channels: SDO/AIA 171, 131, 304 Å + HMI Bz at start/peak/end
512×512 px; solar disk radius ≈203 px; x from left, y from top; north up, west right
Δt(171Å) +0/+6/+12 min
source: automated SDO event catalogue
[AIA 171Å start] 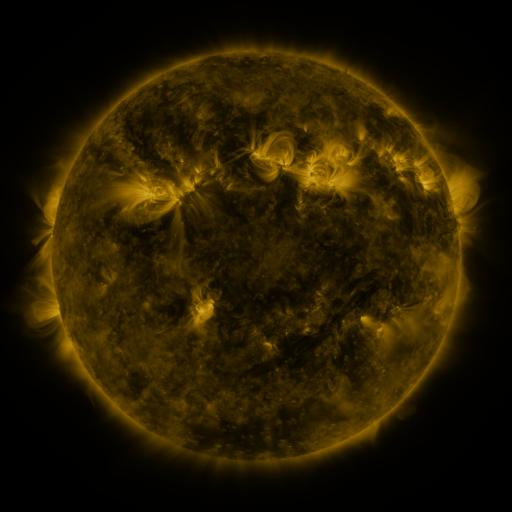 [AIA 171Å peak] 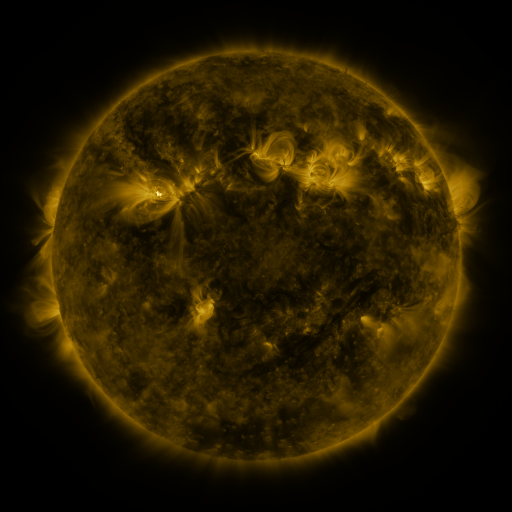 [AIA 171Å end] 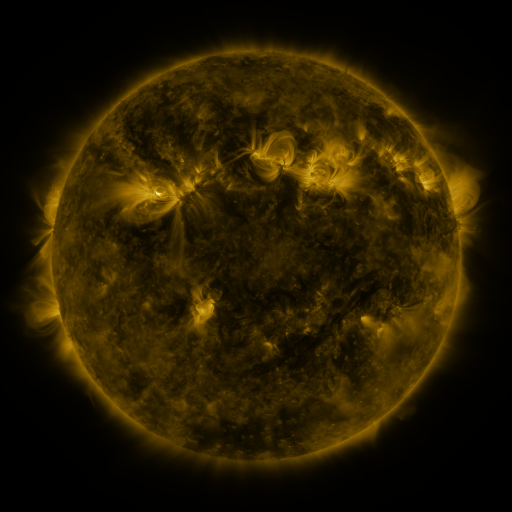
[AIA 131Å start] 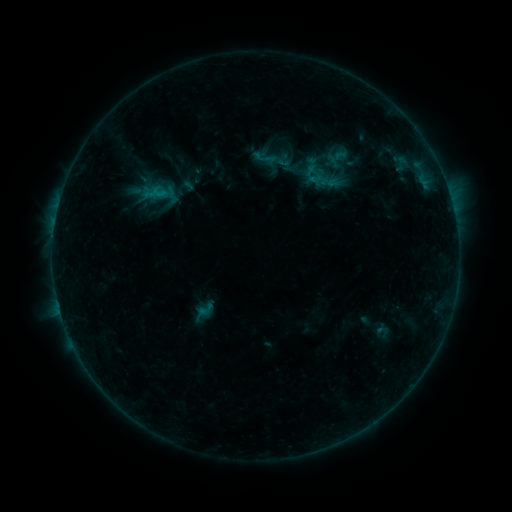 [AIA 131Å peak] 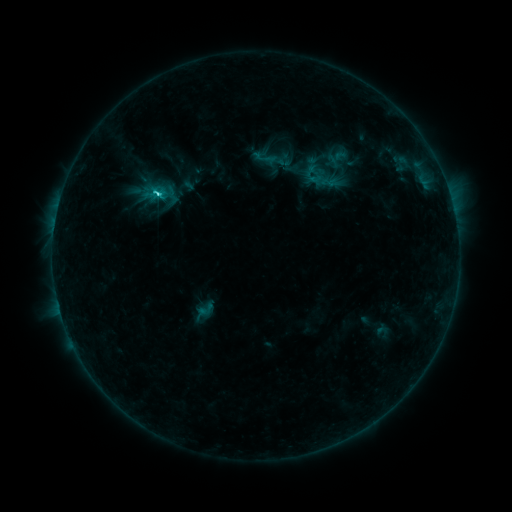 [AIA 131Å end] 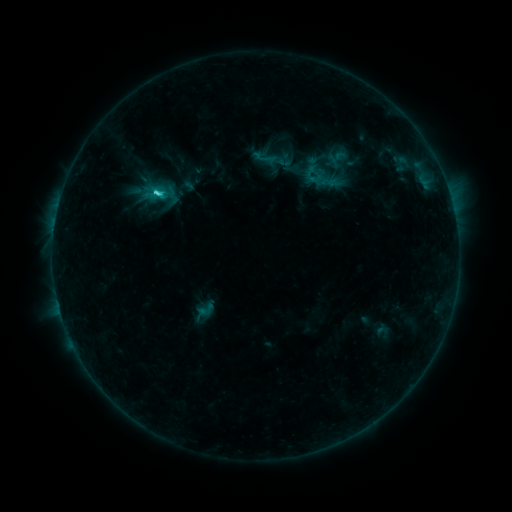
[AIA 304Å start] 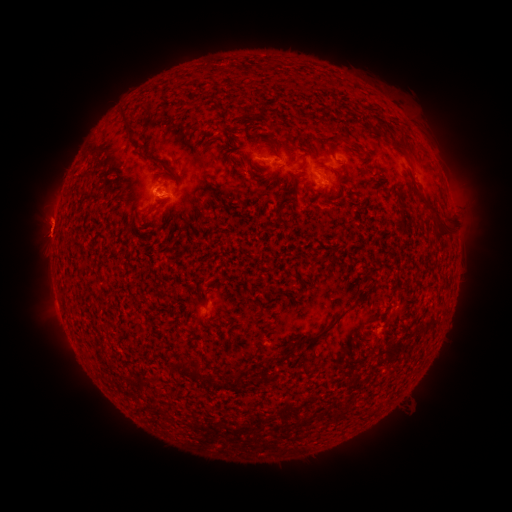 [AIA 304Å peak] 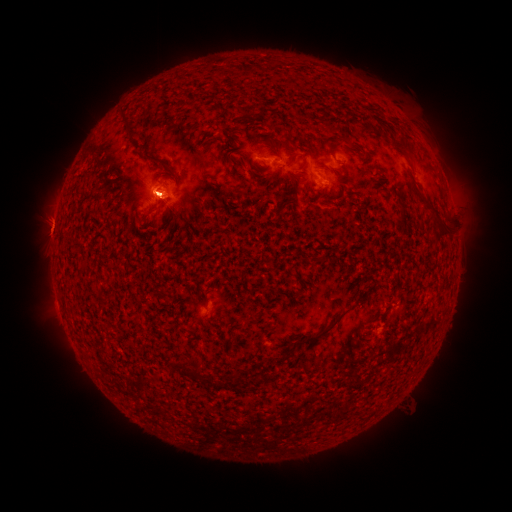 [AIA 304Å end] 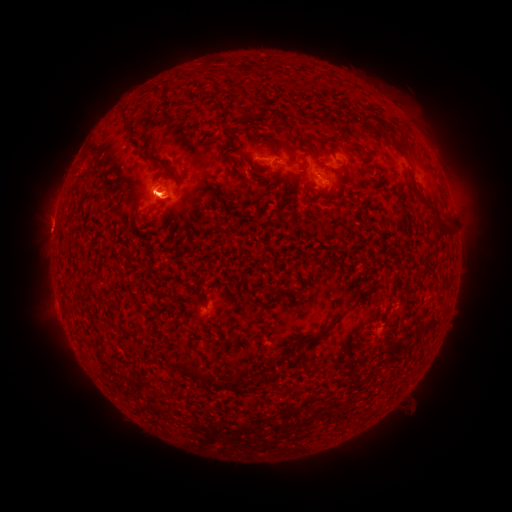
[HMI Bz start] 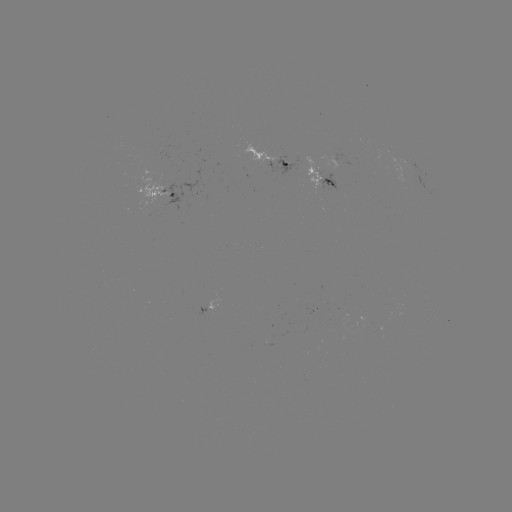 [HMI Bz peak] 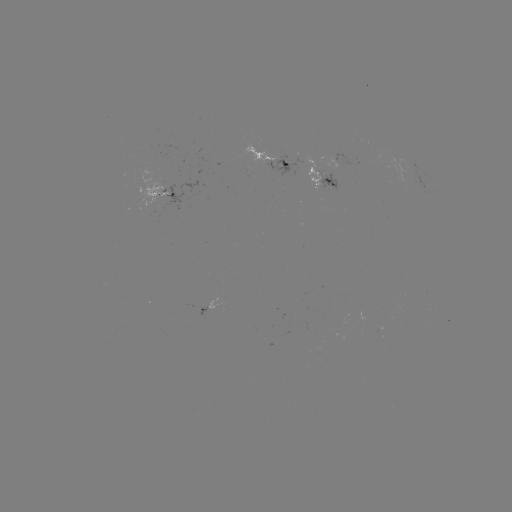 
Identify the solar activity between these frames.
eruption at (458, 175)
